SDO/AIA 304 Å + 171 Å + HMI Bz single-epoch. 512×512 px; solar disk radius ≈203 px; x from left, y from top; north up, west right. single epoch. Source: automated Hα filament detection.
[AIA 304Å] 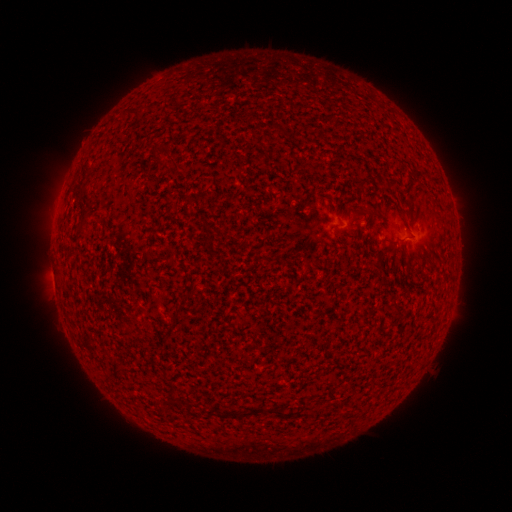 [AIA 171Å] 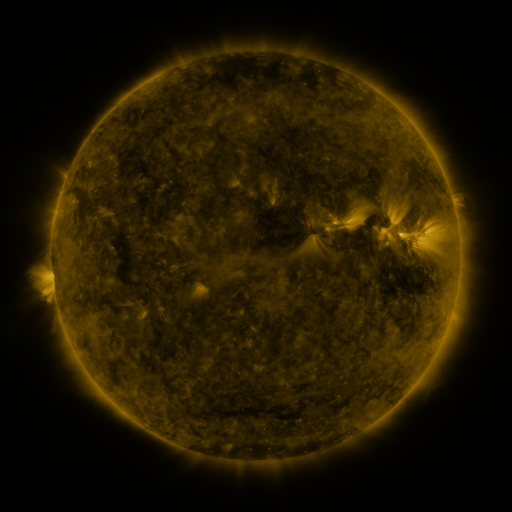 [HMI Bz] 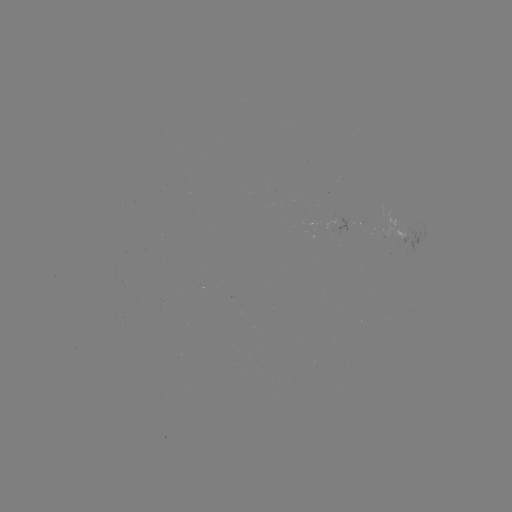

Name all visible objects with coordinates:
filament: (153, 108)
filament: (159, 150)
filament: (172, 163)
filament: (418, 173)
filament: (433, 179)
filament: (363, 182)
filament: (391, 184)
filament: (368, 210)
filament: (382, 254)
filament: (396, 308)
filament: (259, 411)
